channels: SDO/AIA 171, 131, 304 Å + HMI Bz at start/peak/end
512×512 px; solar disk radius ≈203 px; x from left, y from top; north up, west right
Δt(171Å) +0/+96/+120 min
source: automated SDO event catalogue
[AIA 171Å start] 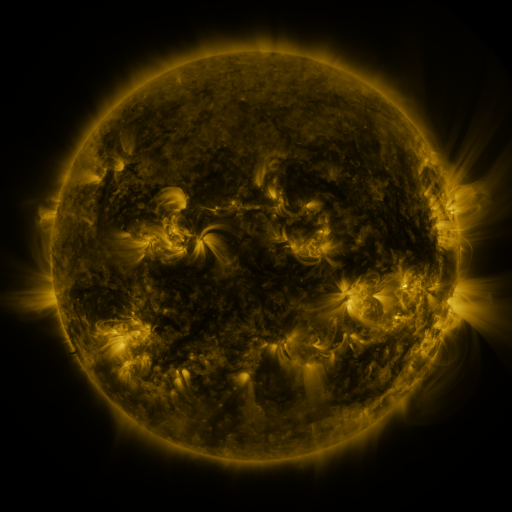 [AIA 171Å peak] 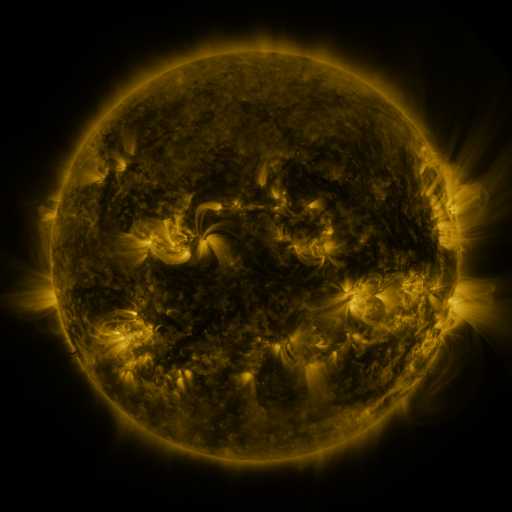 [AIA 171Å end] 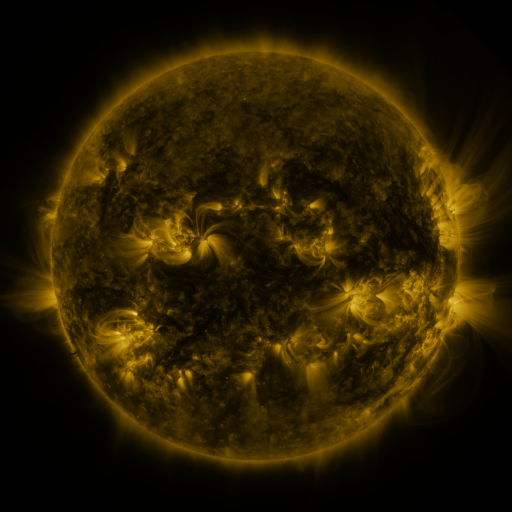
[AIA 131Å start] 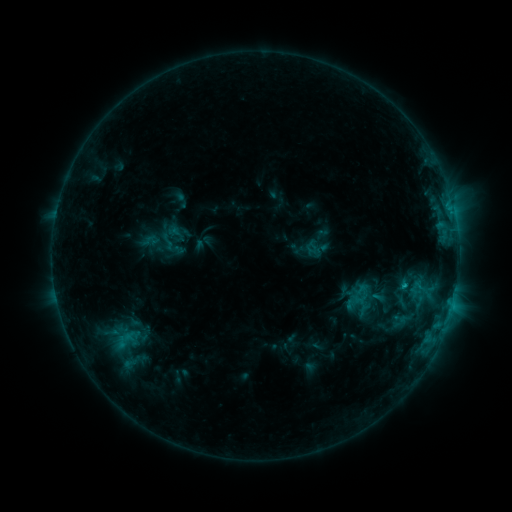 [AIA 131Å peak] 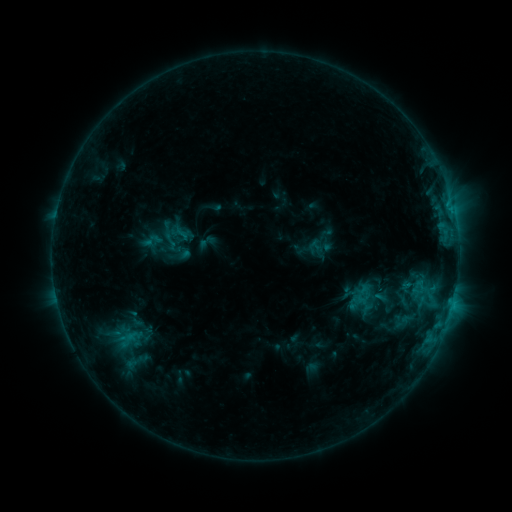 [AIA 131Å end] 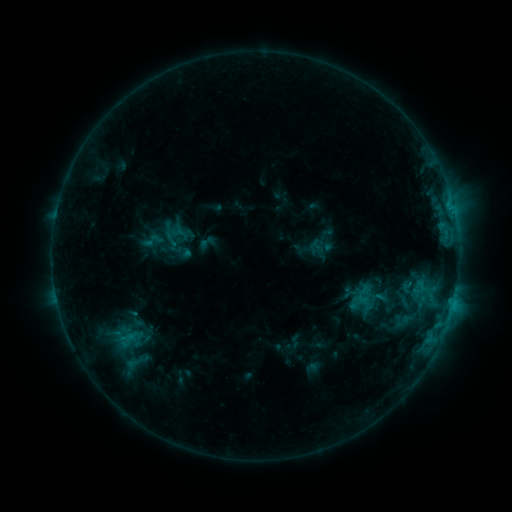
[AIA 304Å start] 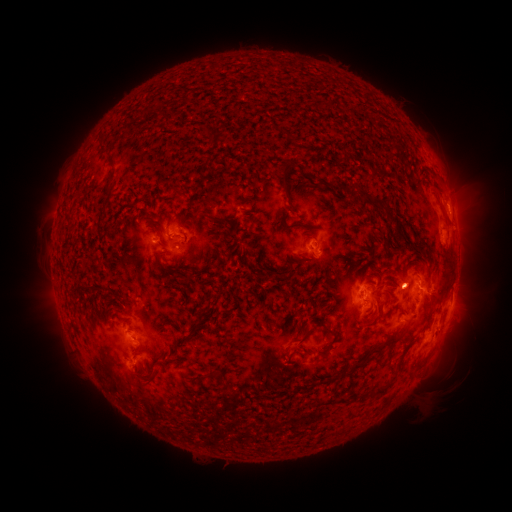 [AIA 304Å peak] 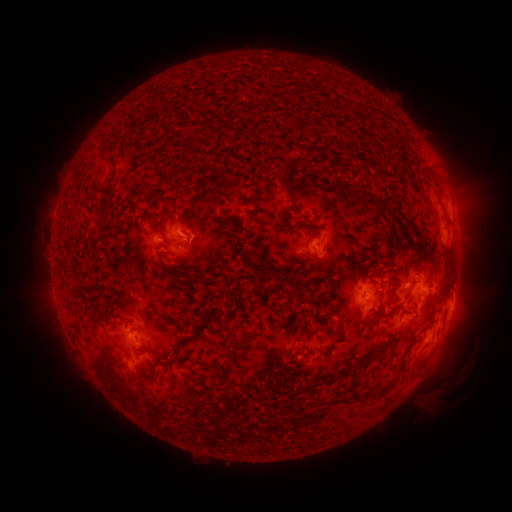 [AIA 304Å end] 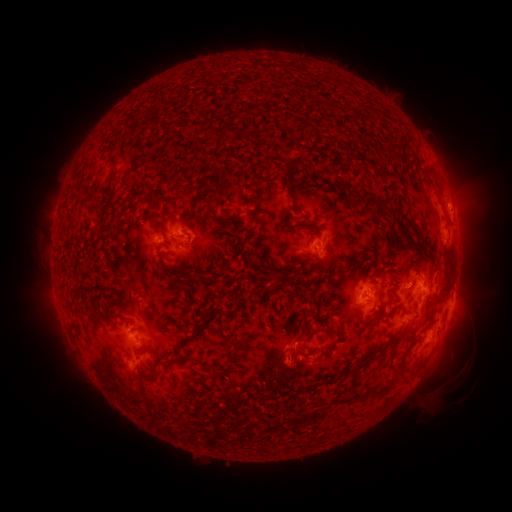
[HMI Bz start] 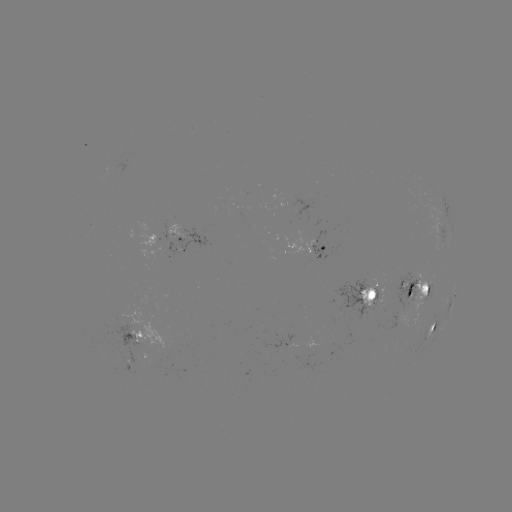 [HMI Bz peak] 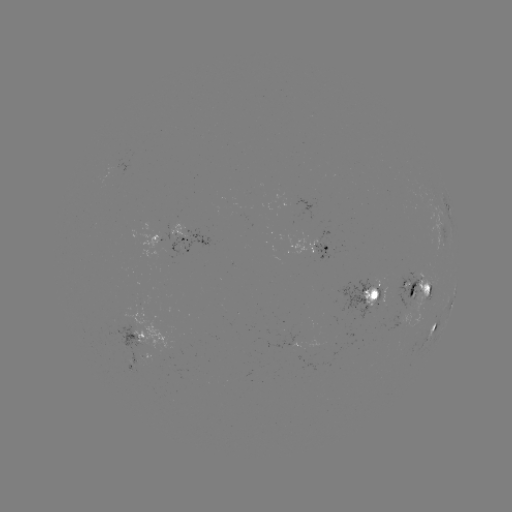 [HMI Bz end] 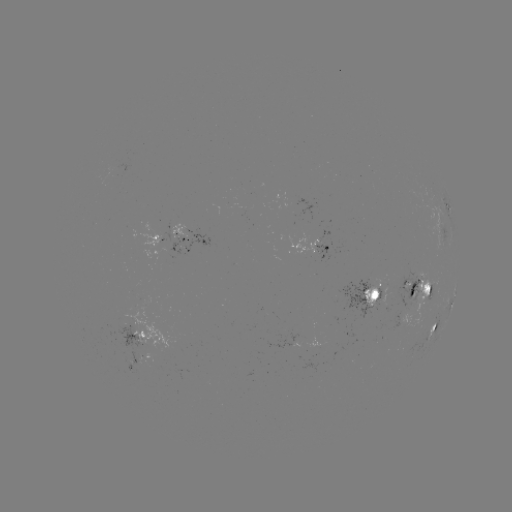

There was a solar emerging-flux region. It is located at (421, 285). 